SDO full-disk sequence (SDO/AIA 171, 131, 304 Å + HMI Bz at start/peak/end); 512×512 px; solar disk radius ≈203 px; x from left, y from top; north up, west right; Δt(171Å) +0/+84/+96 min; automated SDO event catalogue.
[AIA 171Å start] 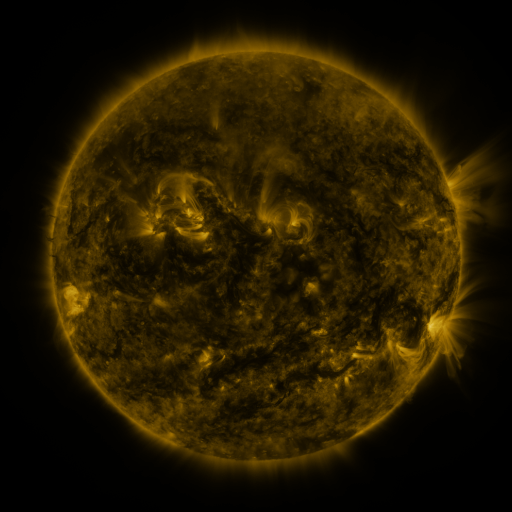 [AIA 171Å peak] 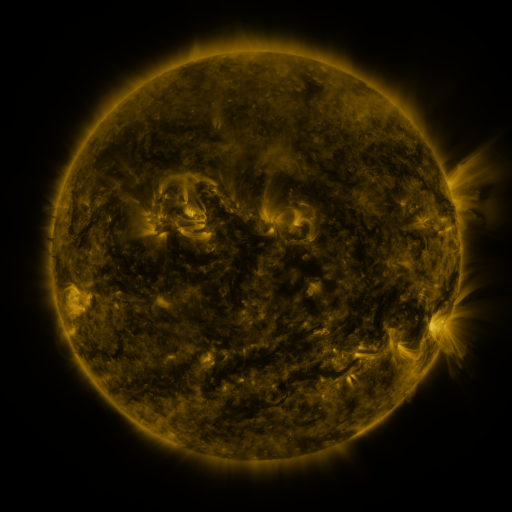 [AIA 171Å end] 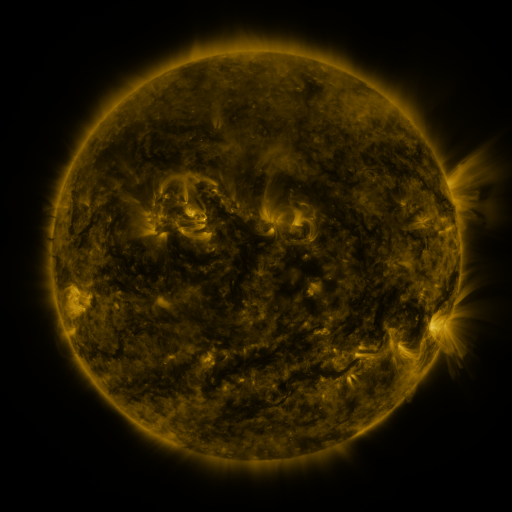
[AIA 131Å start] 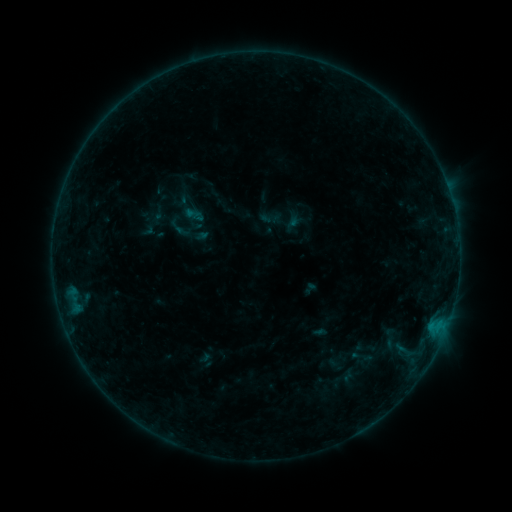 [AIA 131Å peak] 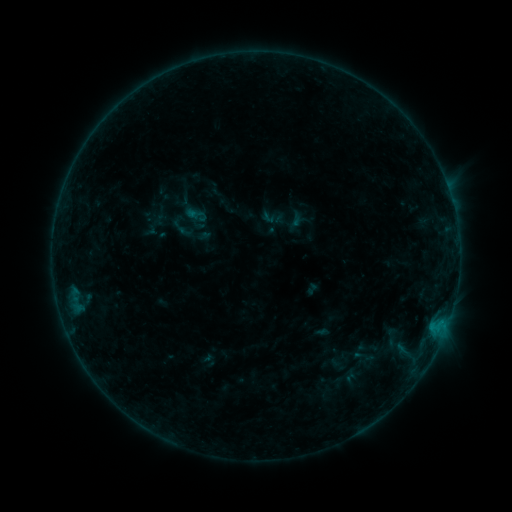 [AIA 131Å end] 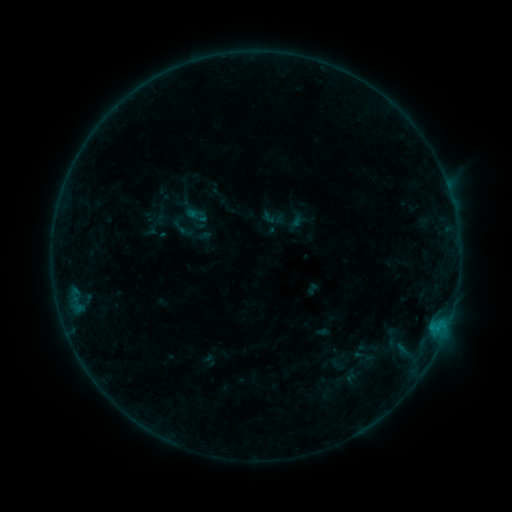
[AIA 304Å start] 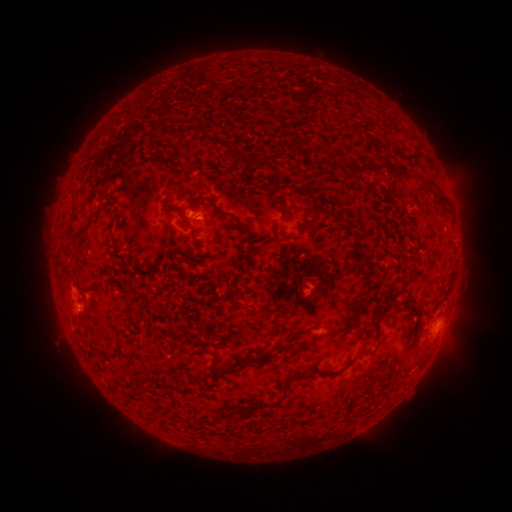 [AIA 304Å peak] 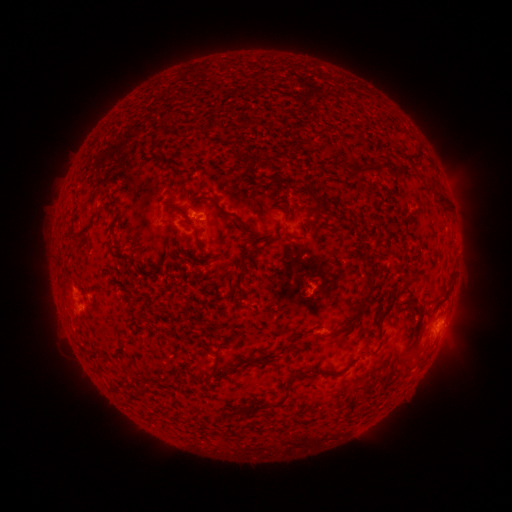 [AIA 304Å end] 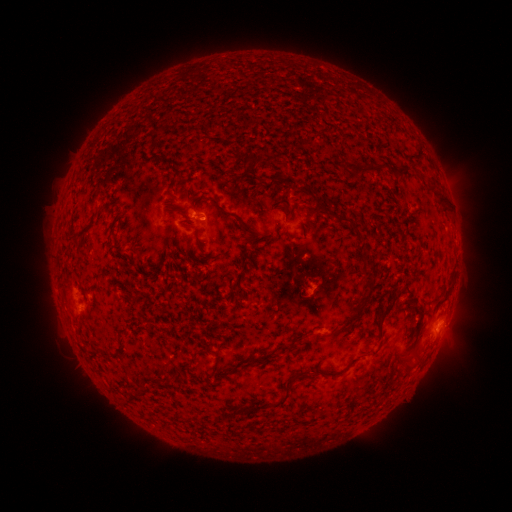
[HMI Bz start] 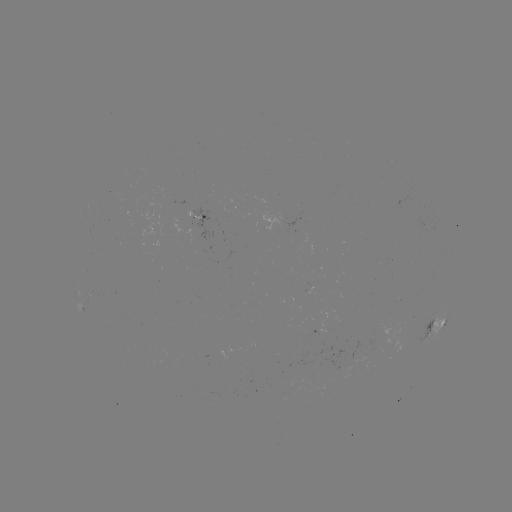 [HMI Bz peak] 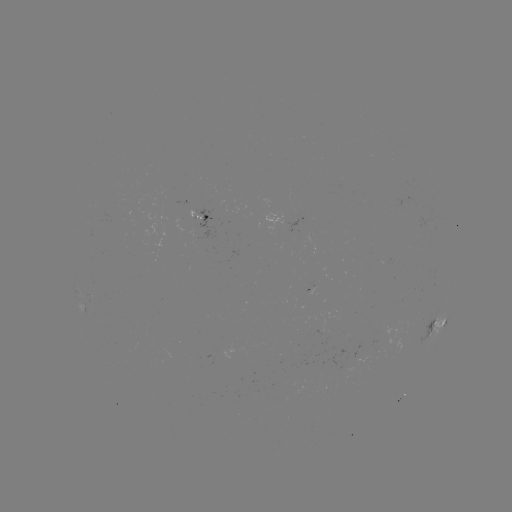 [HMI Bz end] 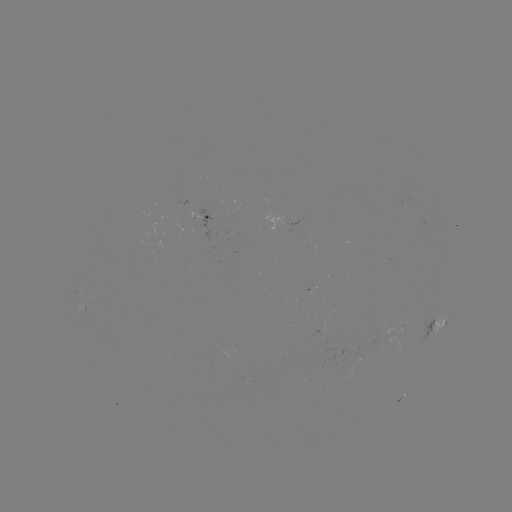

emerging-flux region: (187, 208, 214, 240)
